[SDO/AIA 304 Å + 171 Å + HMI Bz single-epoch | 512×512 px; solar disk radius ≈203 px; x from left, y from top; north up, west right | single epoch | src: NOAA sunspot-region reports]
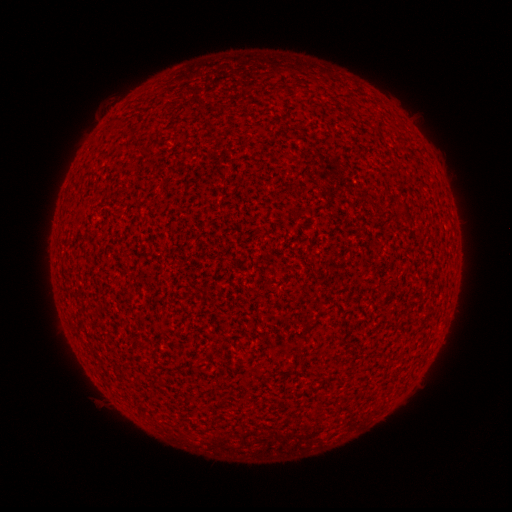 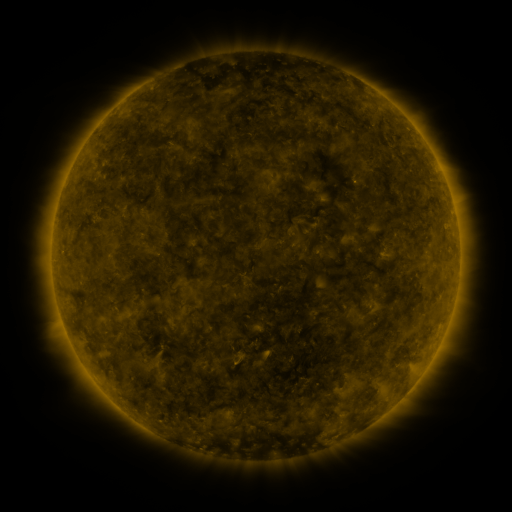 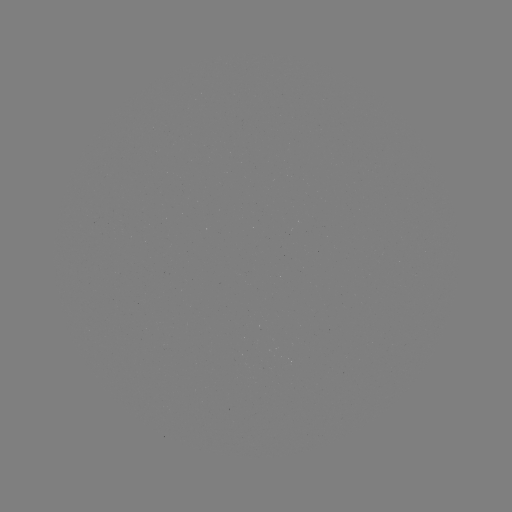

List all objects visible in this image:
(none)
